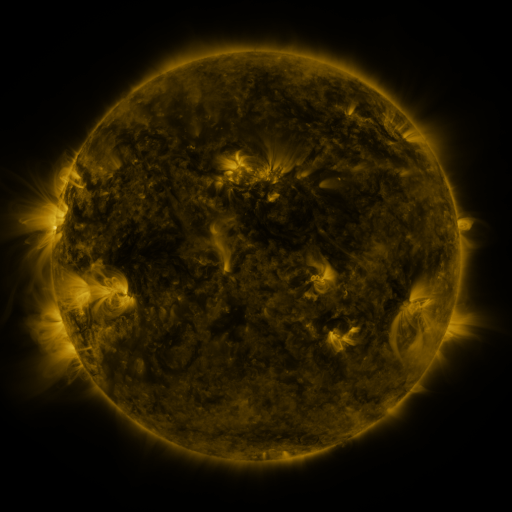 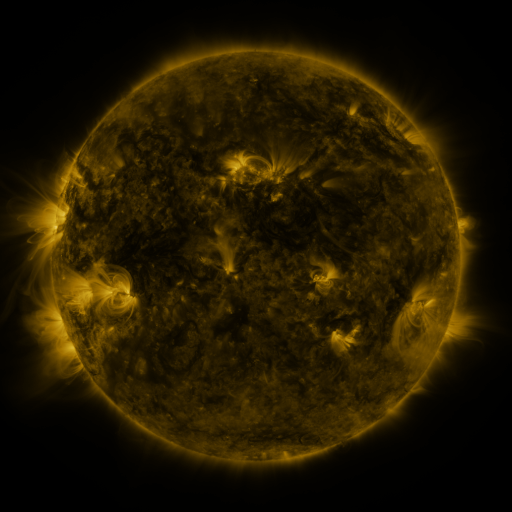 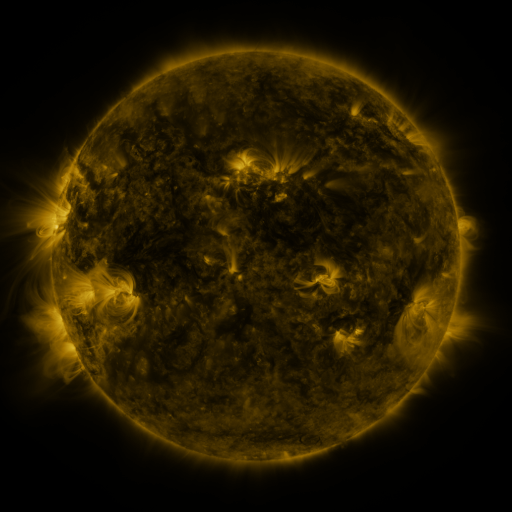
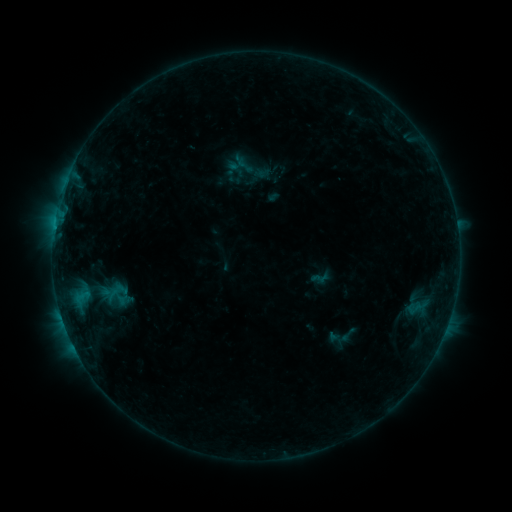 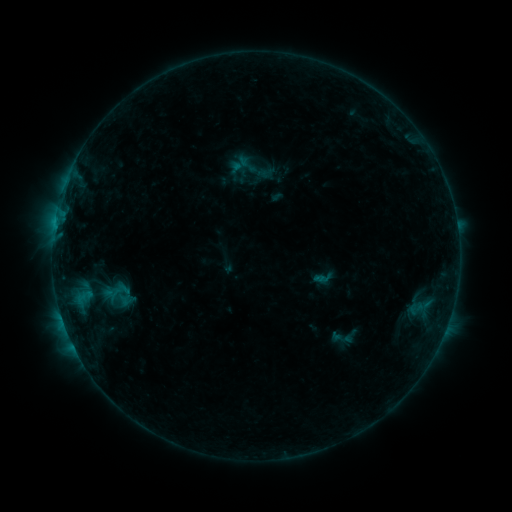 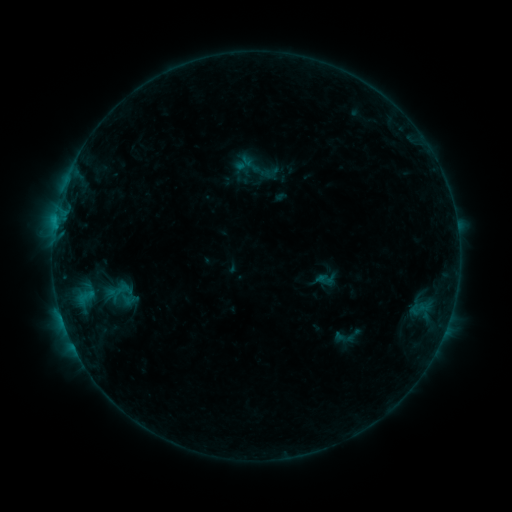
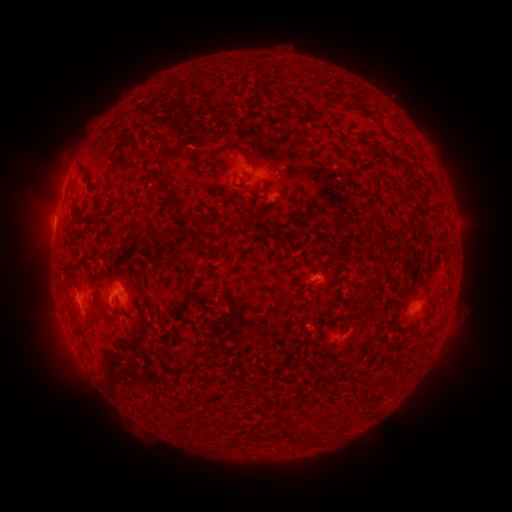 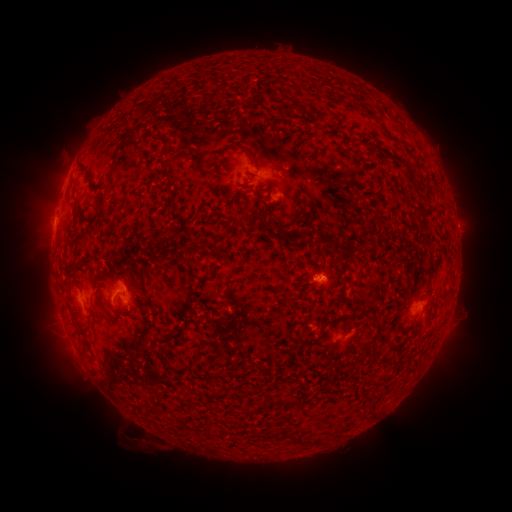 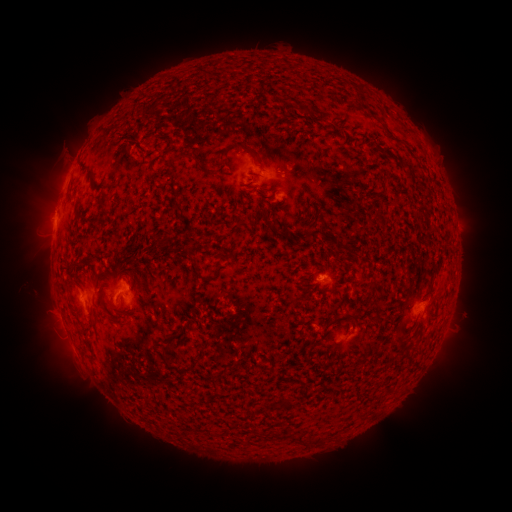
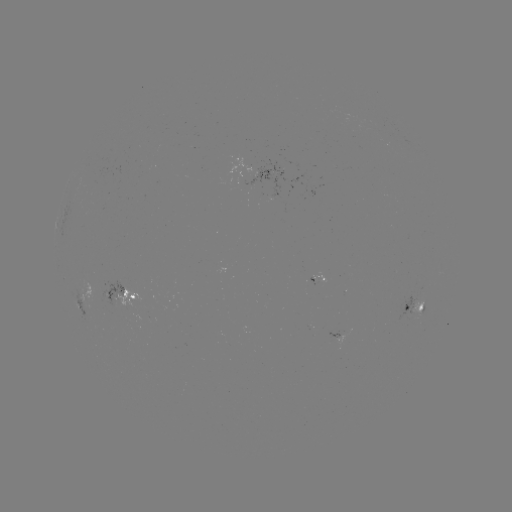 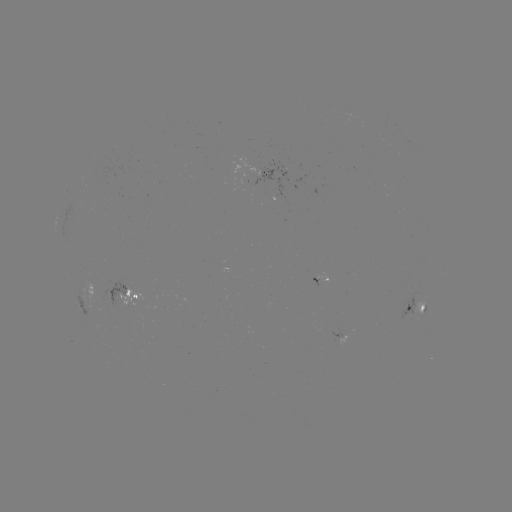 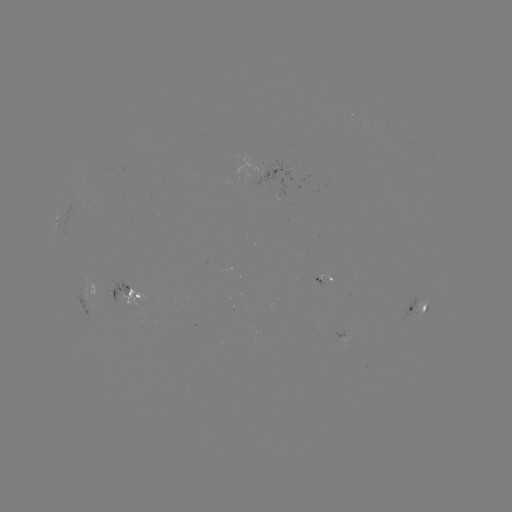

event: filament eruption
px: (143, 429)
